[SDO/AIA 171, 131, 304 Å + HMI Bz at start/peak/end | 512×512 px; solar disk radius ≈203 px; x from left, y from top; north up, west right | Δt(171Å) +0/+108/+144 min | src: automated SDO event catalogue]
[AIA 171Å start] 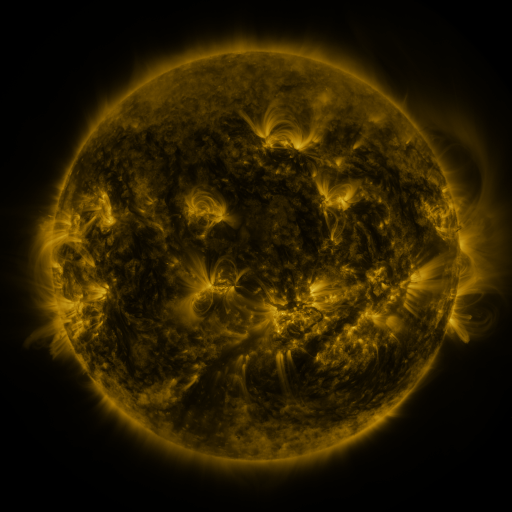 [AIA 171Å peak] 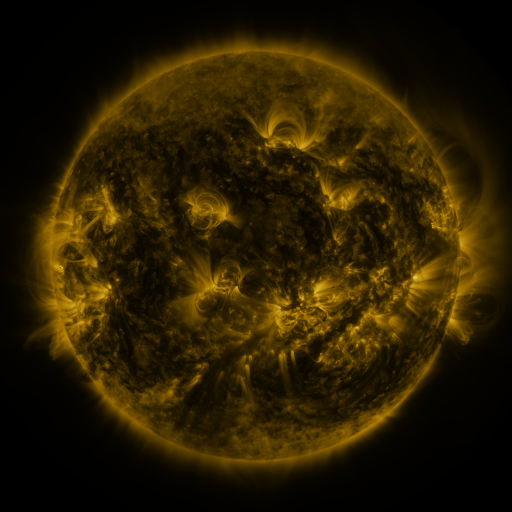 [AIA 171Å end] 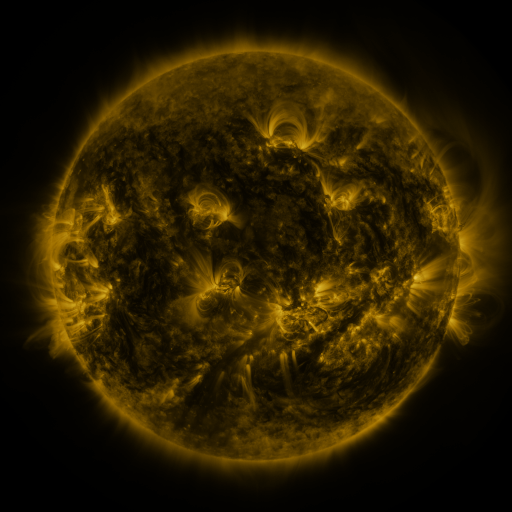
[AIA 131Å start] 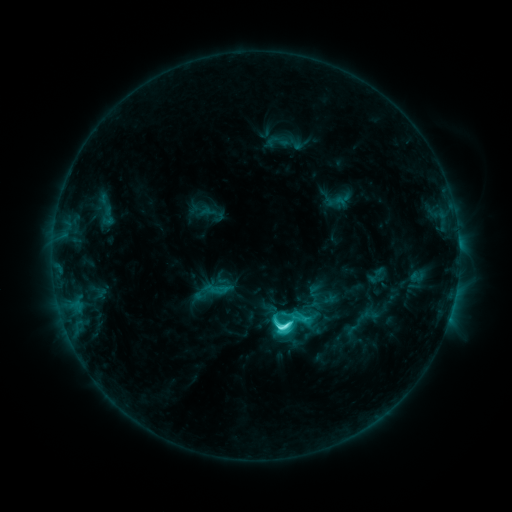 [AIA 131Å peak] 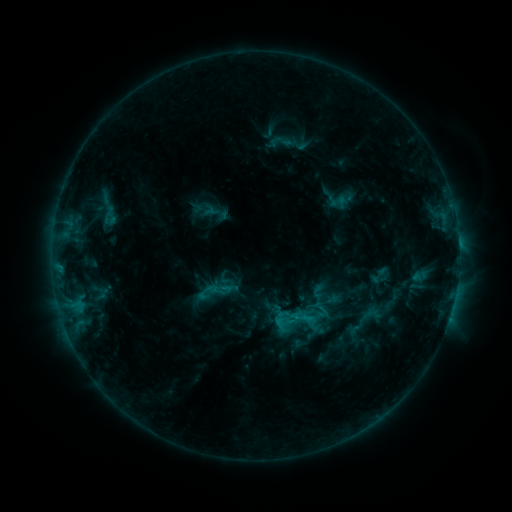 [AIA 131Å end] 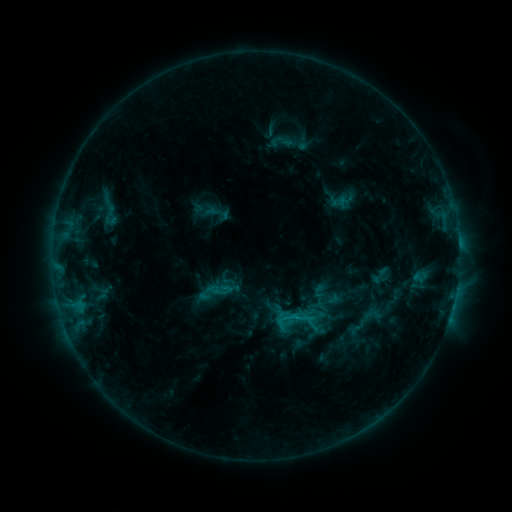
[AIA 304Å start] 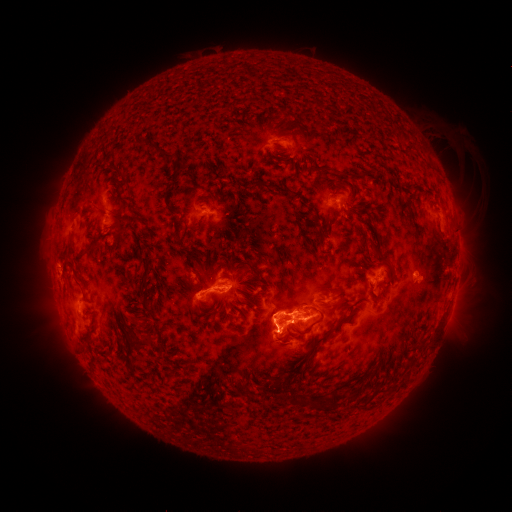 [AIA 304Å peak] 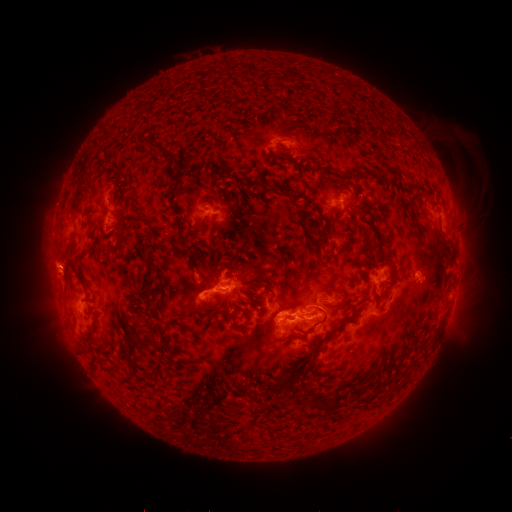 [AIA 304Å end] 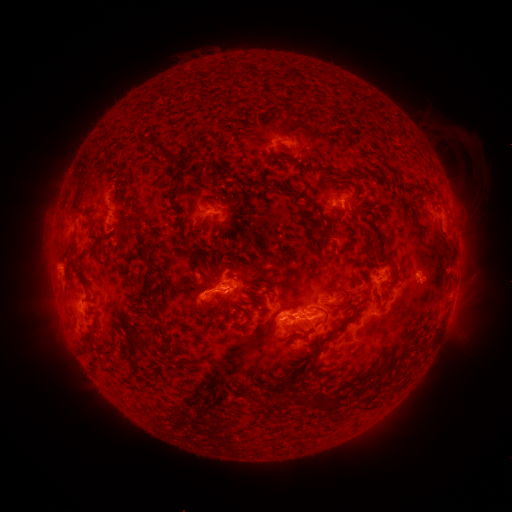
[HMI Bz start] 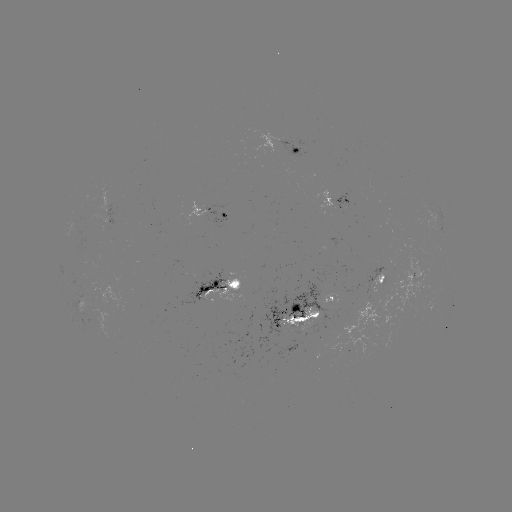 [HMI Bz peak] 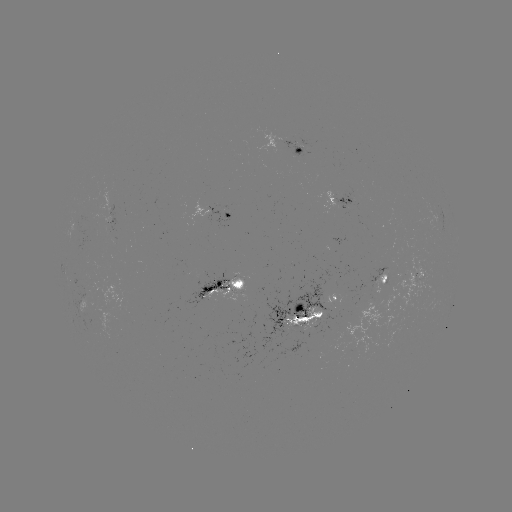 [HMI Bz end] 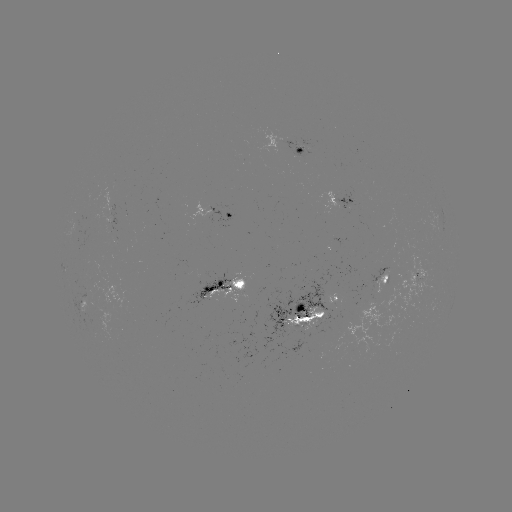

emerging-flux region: [281, 307, 323, 331]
